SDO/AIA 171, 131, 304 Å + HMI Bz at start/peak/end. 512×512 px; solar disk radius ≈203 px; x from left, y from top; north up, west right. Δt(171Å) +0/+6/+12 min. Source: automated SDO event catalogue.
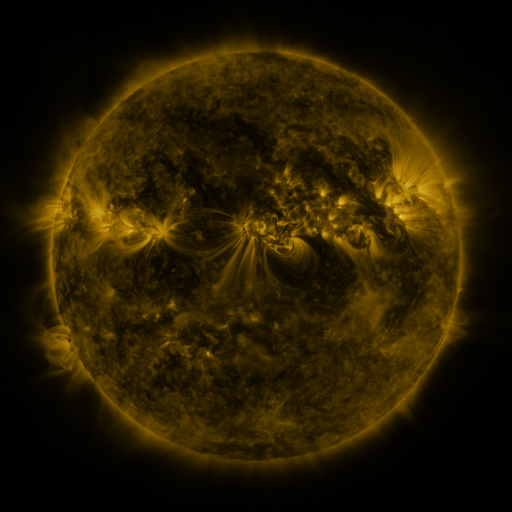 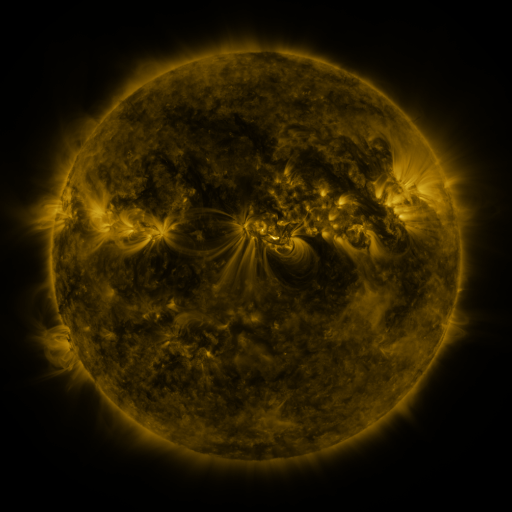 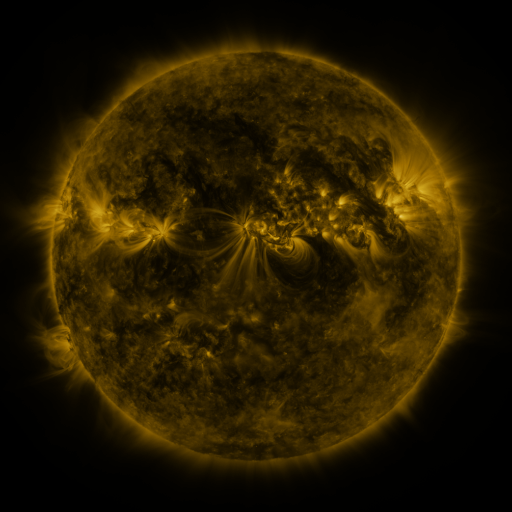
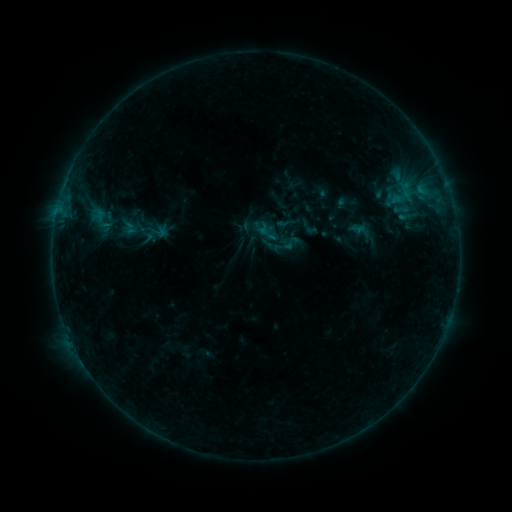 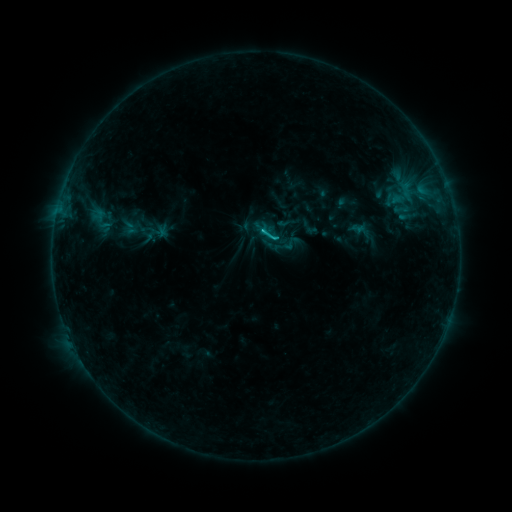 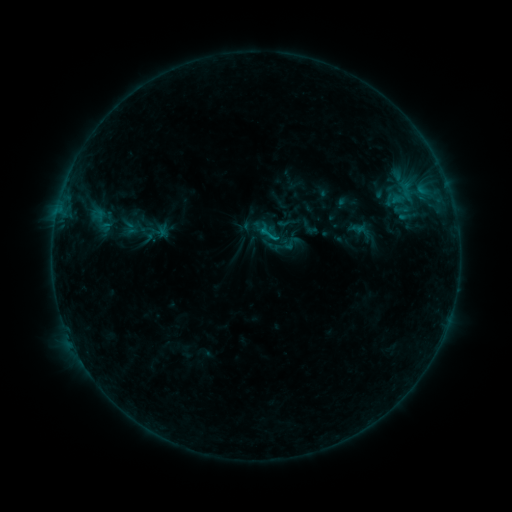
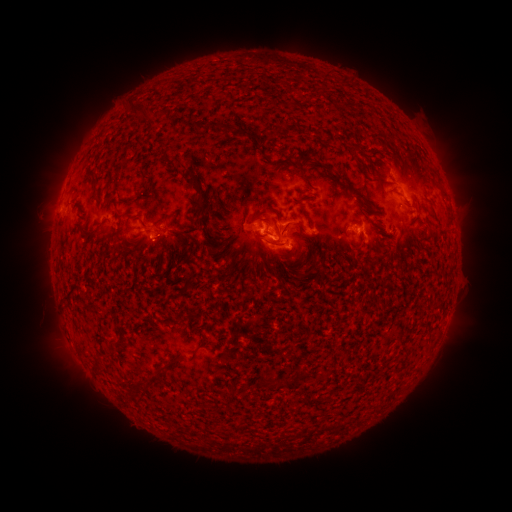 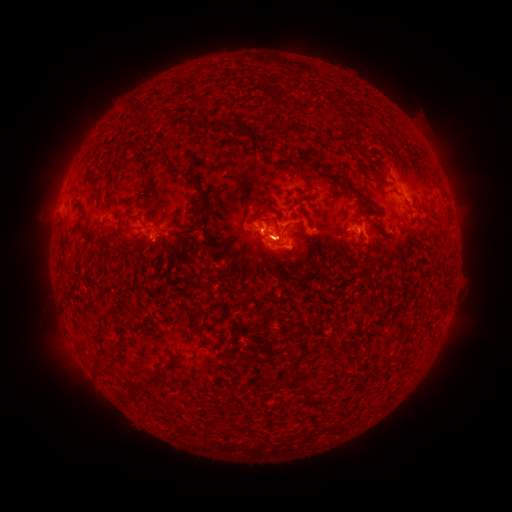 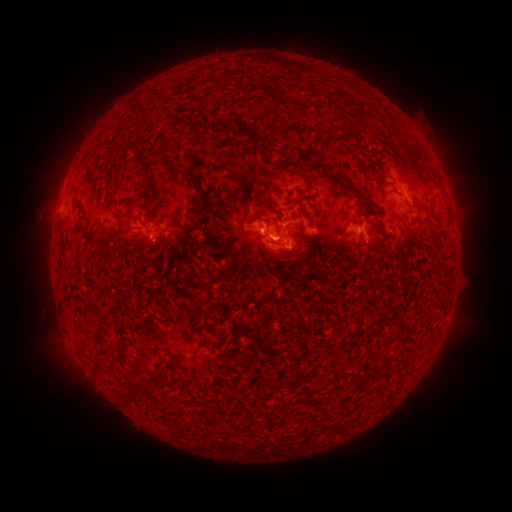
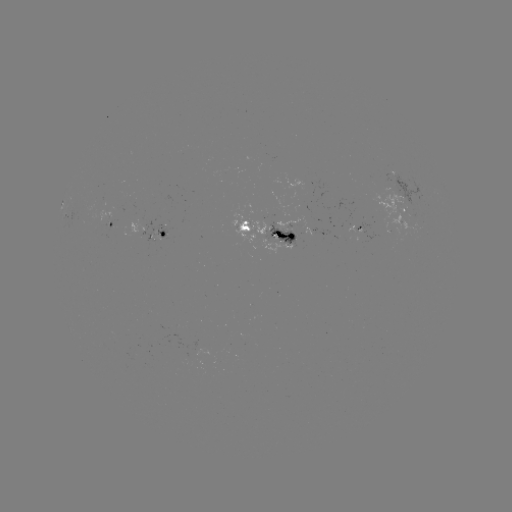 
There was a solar flare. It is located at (273, 241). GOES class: C1.0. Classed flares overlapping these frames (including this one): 1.